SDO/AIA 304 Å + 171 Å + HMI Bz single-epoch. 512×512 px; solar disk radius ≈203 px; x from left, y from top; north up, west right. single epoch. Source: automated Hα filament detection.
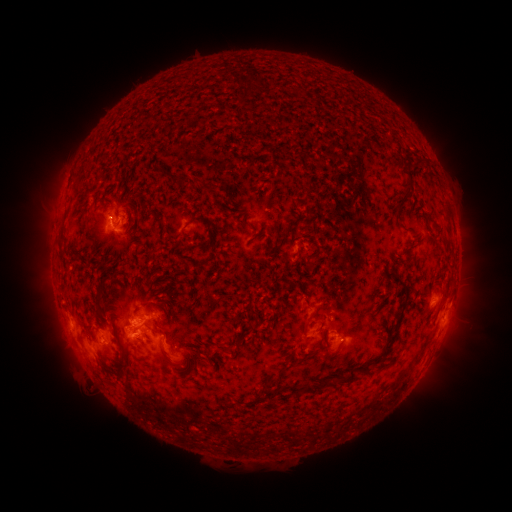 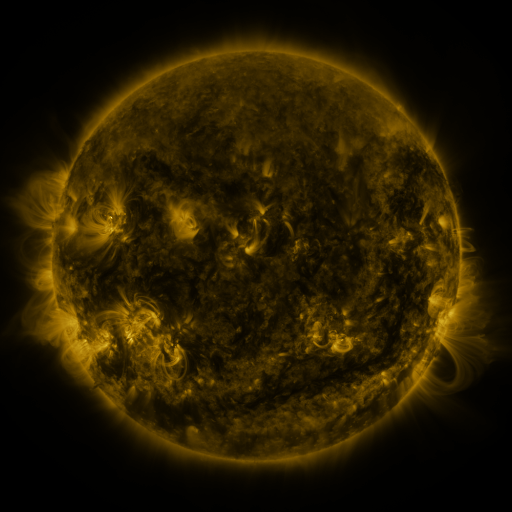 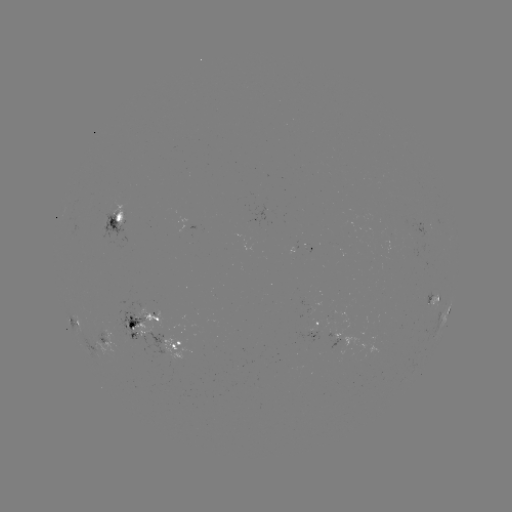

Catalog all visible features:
filament: (296, 90)
filament: (209, 188)
filament: (105, 194)
filament: (395, 210)
filament: (159, 222)
filament: (444, 243)
filament: (316, 255)
filament: (437, 283)
filament: (405, 291)
filament: (100, 297)
filament: (306, 323)
filament: (150, 329)
filament: (148, 337)
filament: (125, 346)
filament: (166, 356)
filament: (372, 362)
filament: (351, 377)
filament: (326, 381)
filament: (309, 388)
